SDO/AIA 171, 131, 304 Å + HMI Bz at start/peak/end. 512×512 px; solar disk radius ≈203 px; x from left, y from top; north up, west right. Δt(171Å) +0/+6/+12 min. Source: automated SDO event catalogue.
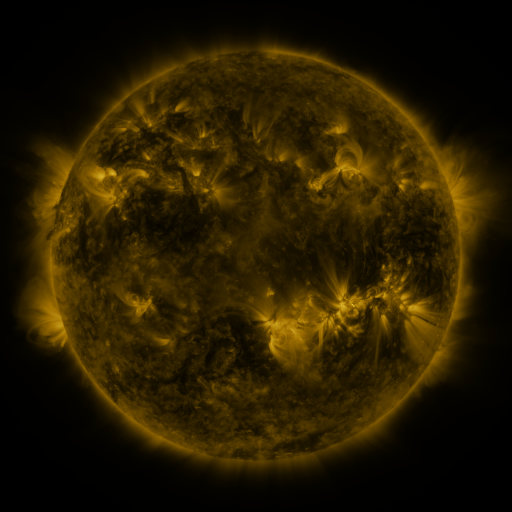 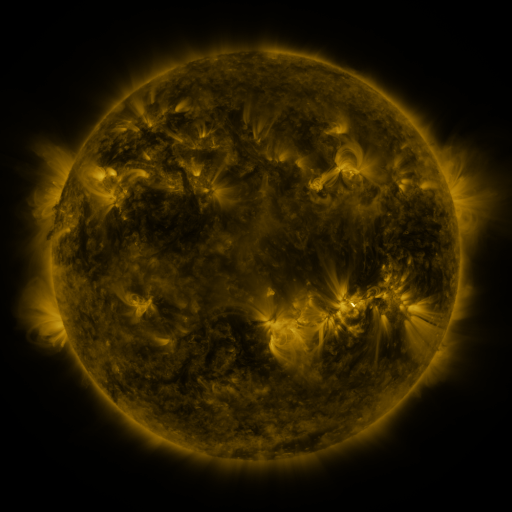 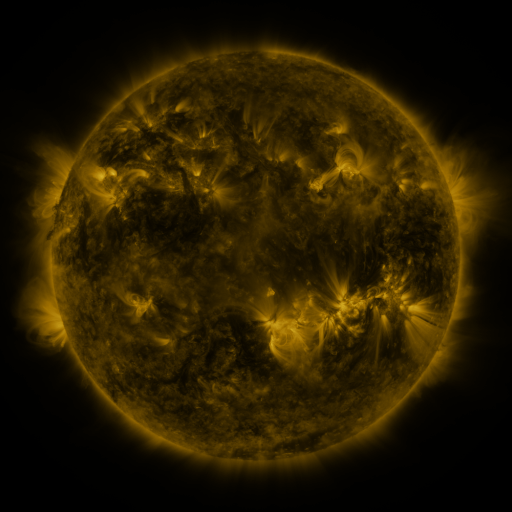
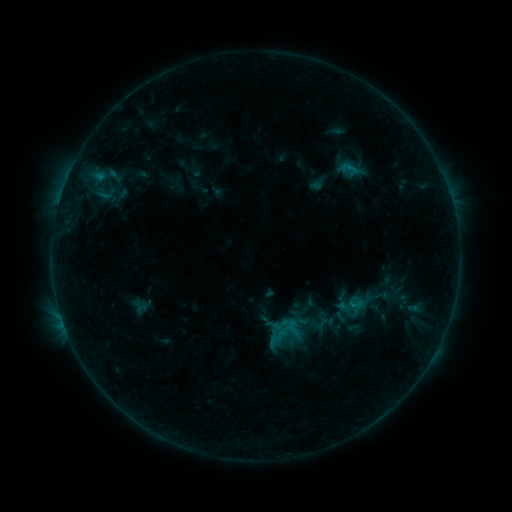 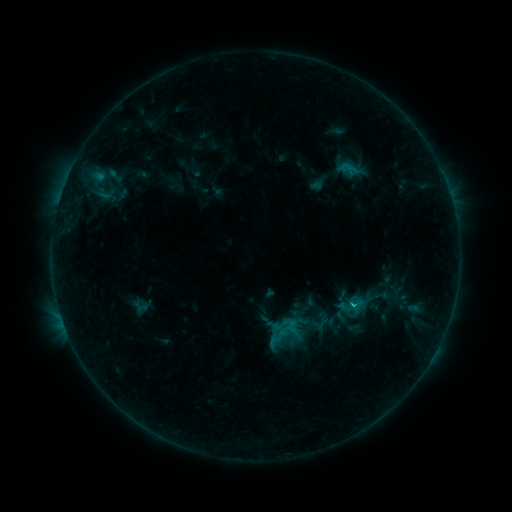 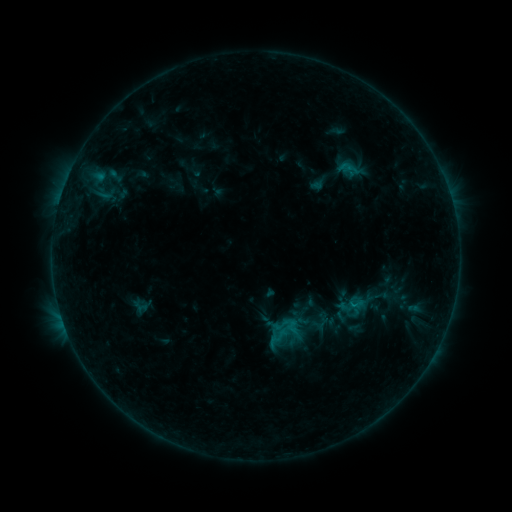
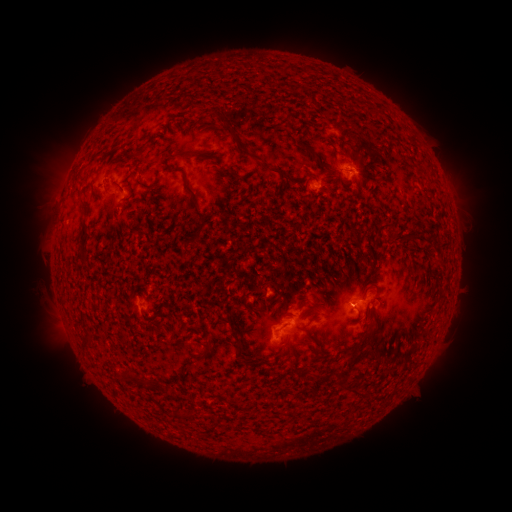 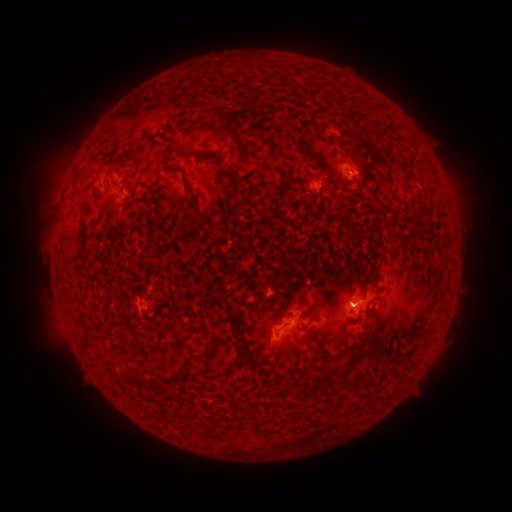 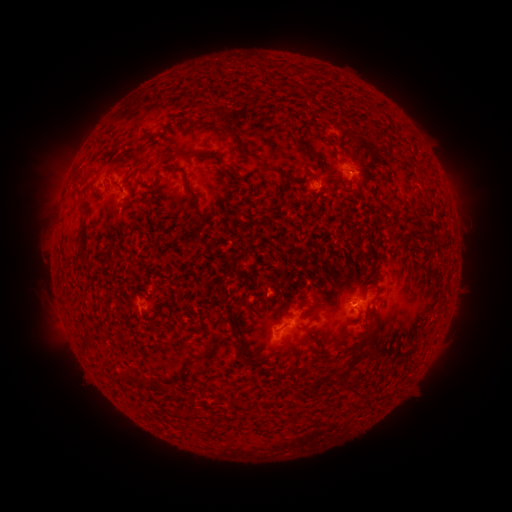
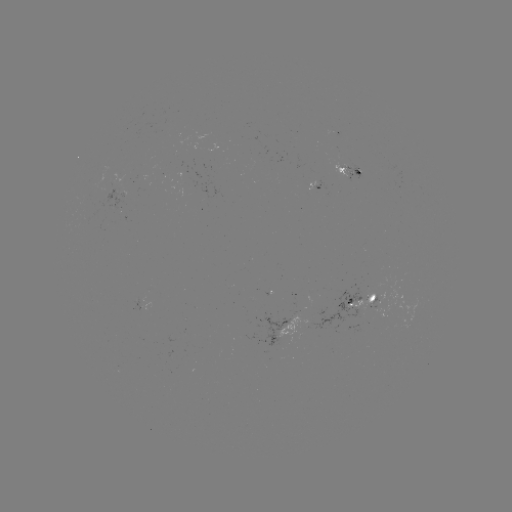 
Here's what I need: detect B4.5 flare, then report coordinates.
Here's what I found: B4.5 flare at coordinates [350, 301].